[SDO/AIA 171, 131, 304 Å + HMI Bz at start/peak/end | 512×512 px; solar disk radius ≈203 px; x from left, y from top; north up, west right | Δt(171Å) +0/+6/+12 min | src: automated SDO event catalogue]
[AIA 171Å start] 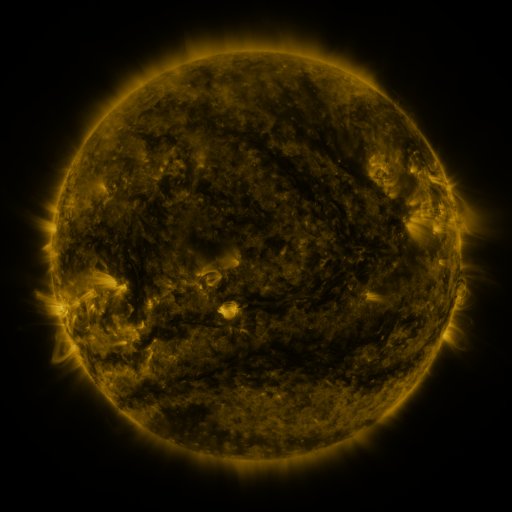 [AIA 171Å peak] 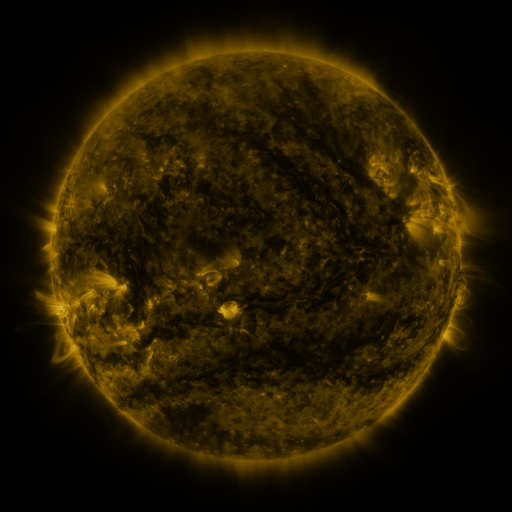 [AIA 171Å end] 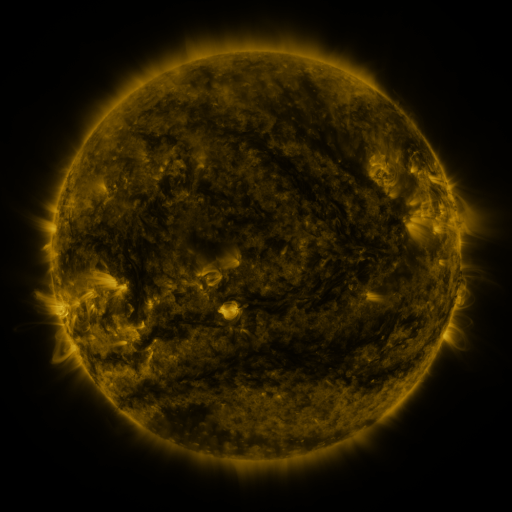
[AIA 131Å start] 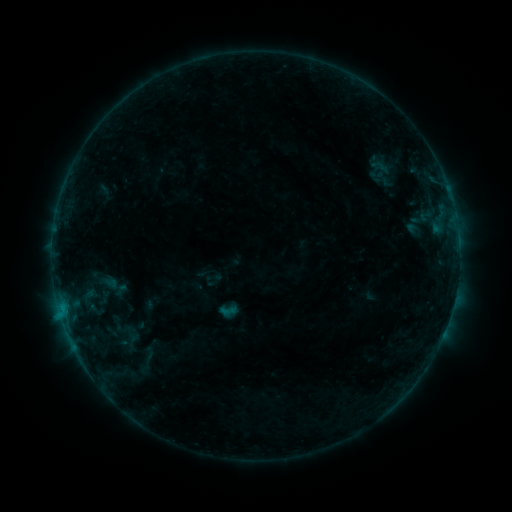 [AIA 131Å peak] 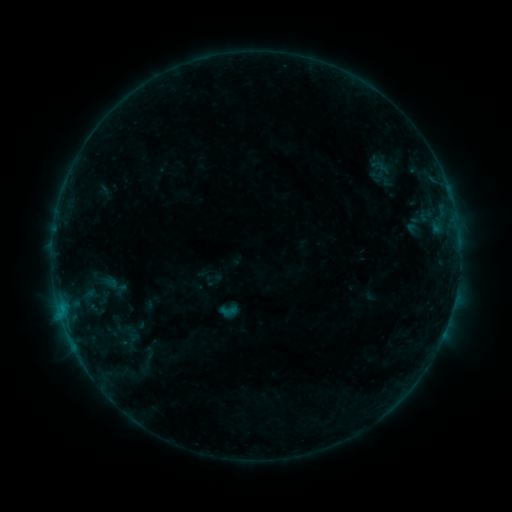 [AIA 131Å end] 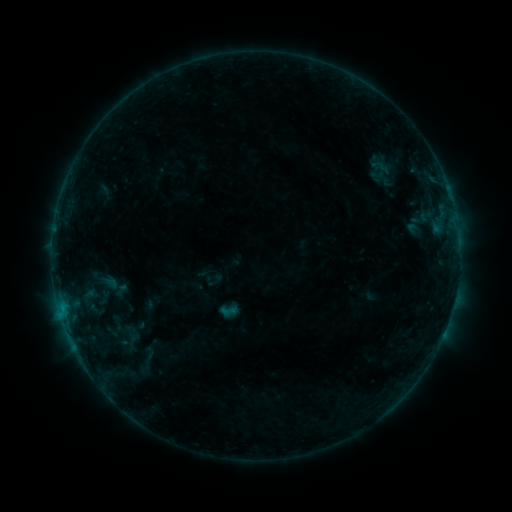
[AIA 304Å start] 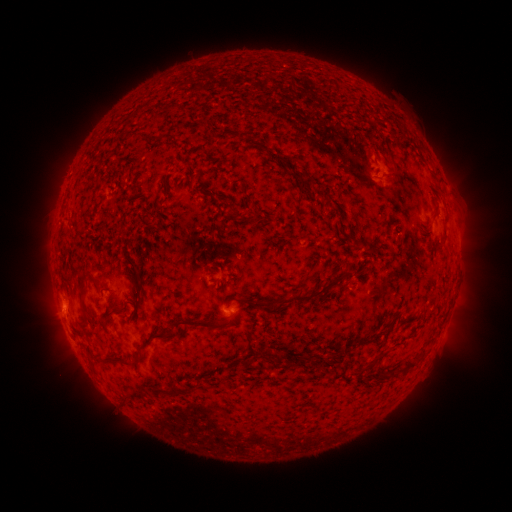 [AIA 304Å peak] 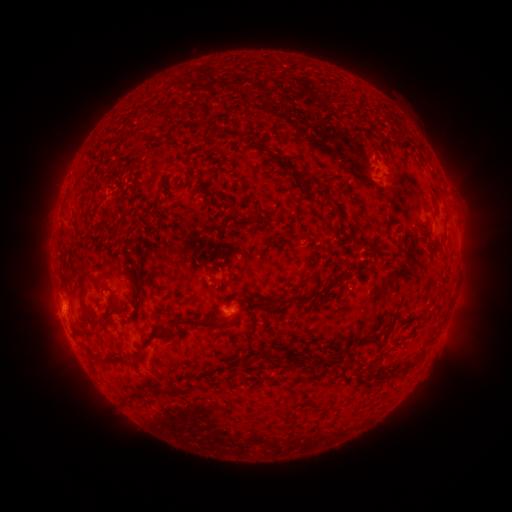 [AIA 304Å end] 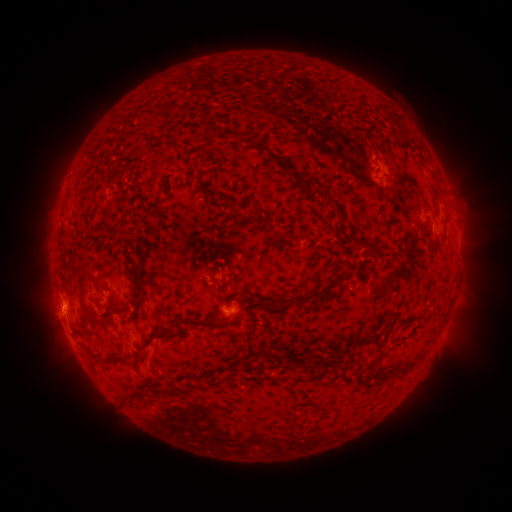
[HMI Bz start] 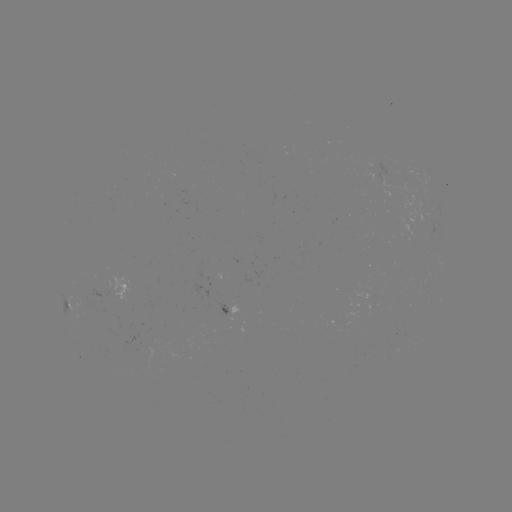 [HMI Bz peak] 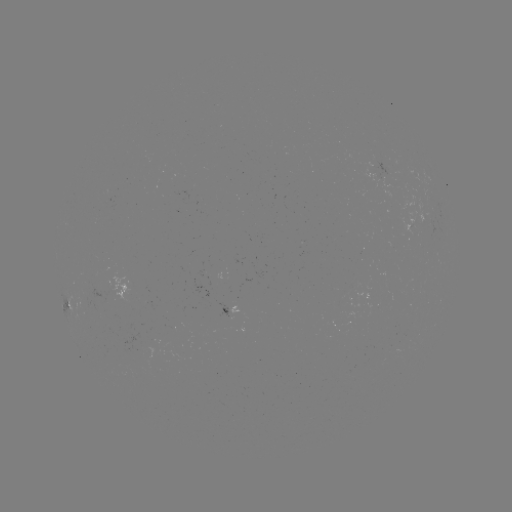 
no catalogued flare and no flagged EUV brightening in this window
